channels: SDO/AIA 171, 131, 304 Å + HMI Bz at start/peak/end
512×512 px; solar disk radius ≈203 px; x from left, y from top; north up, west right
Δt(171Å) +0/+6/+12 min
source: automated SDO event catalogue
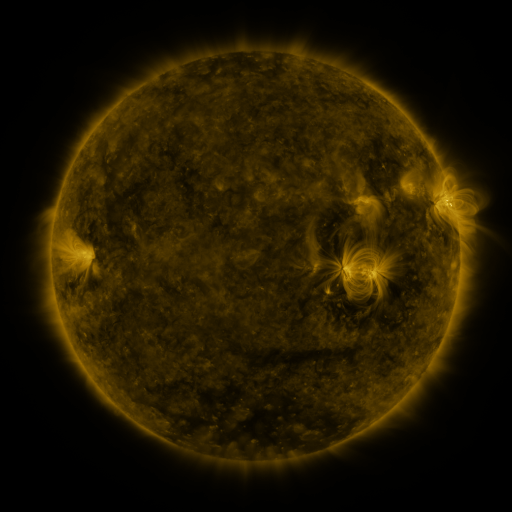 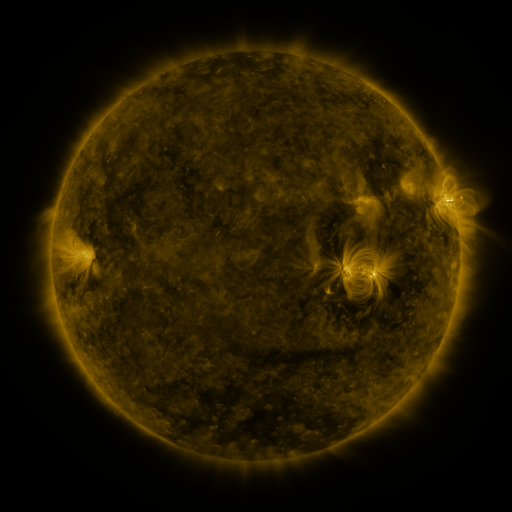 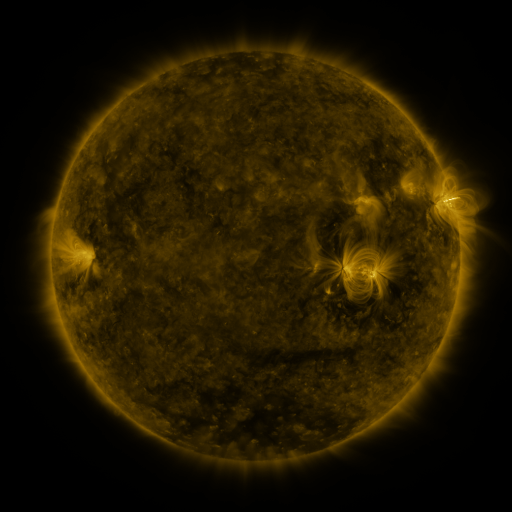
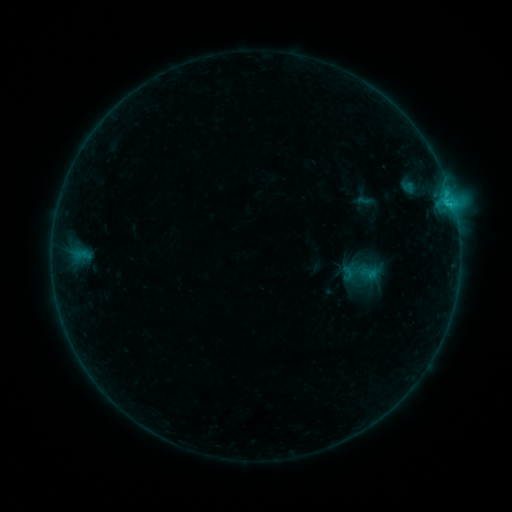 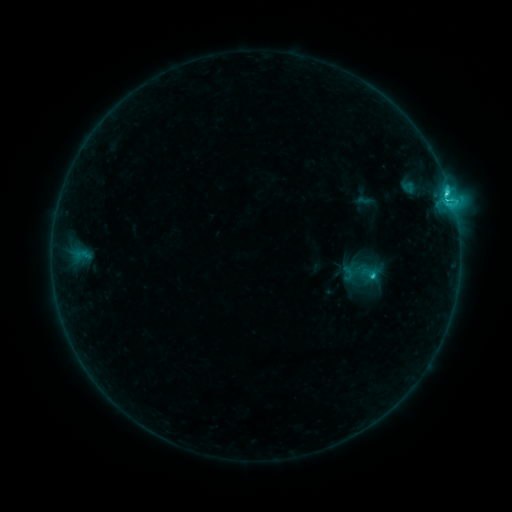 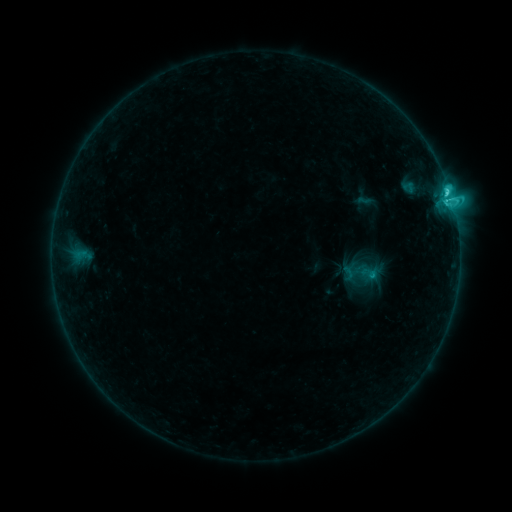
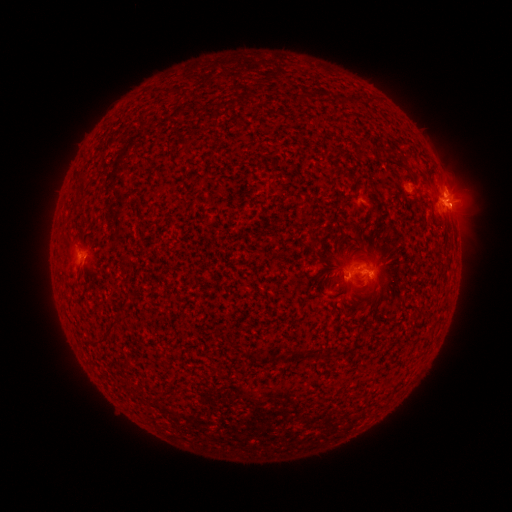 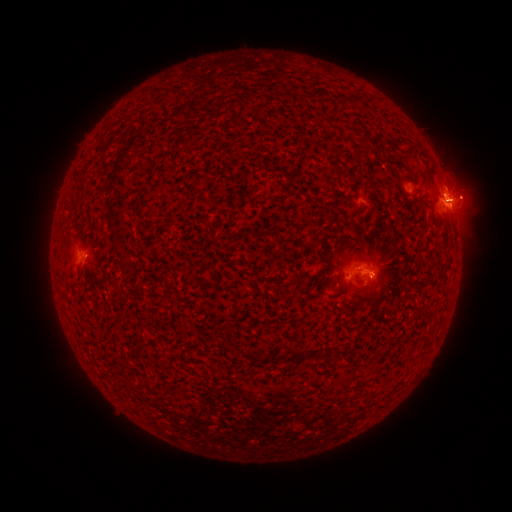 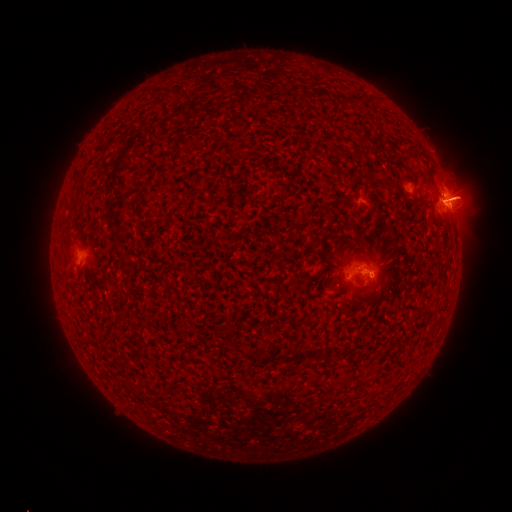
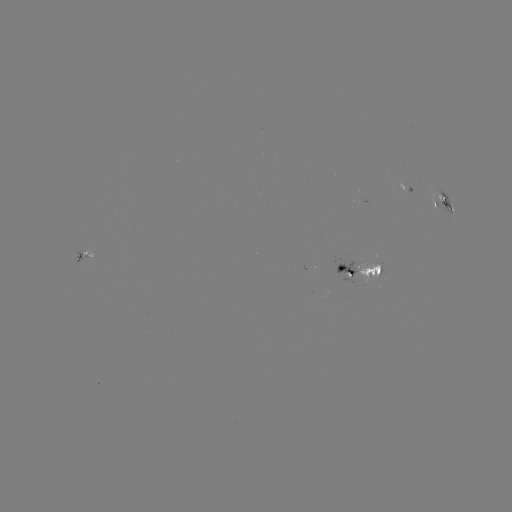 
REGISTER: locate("eruption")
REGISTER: (467, 196)